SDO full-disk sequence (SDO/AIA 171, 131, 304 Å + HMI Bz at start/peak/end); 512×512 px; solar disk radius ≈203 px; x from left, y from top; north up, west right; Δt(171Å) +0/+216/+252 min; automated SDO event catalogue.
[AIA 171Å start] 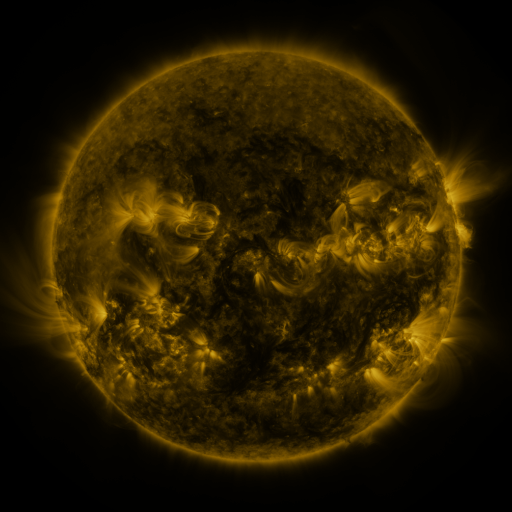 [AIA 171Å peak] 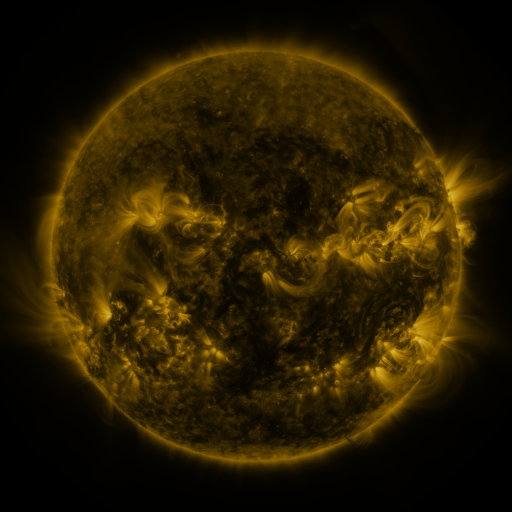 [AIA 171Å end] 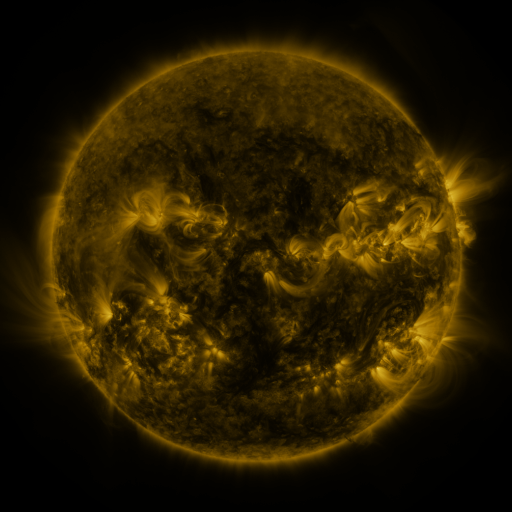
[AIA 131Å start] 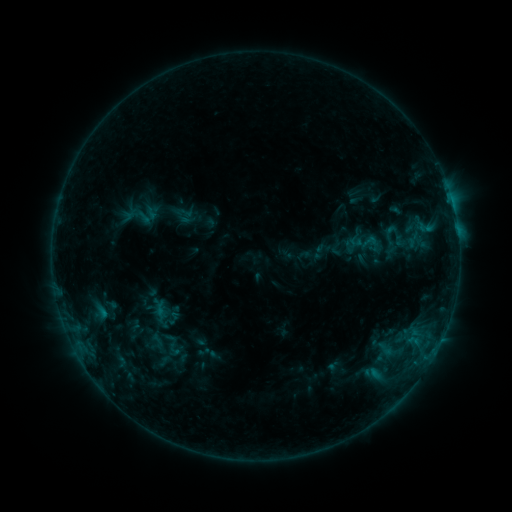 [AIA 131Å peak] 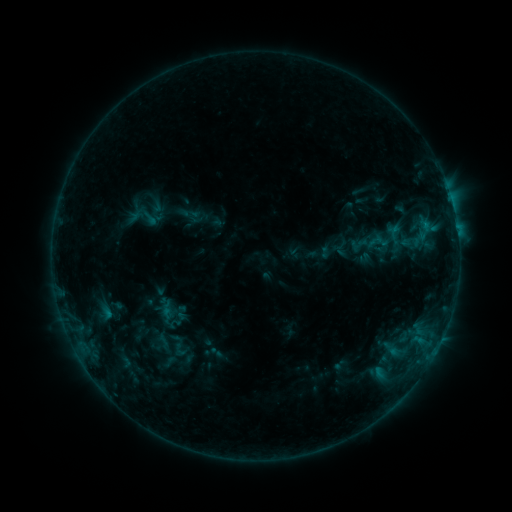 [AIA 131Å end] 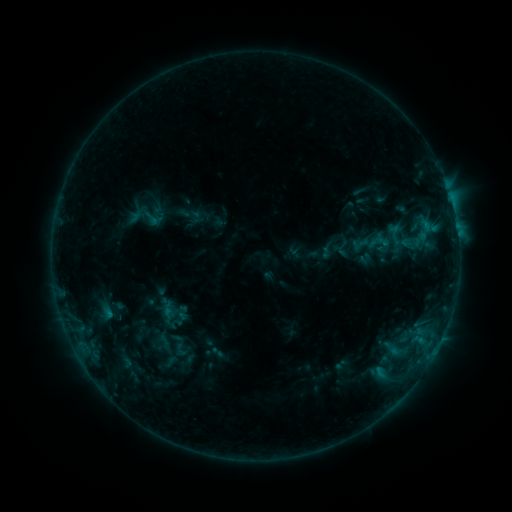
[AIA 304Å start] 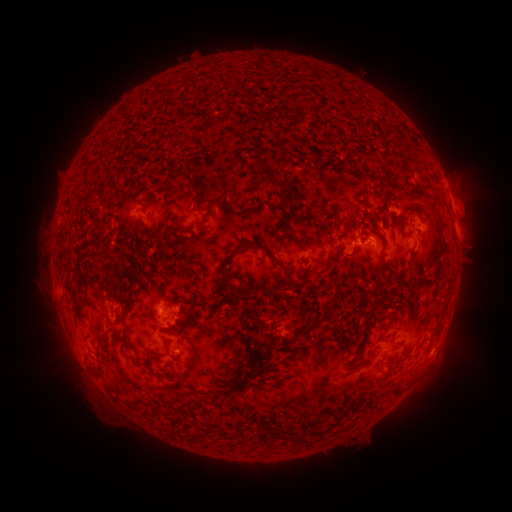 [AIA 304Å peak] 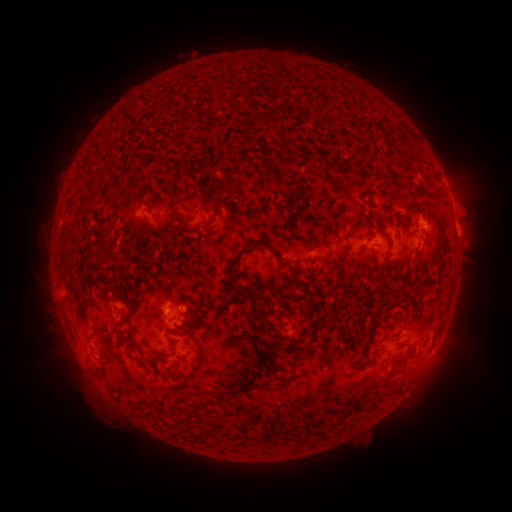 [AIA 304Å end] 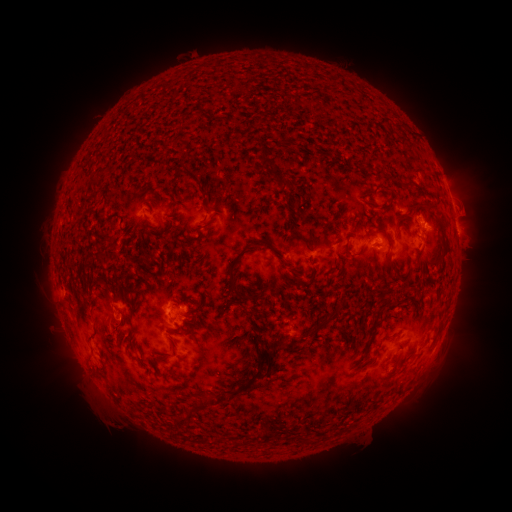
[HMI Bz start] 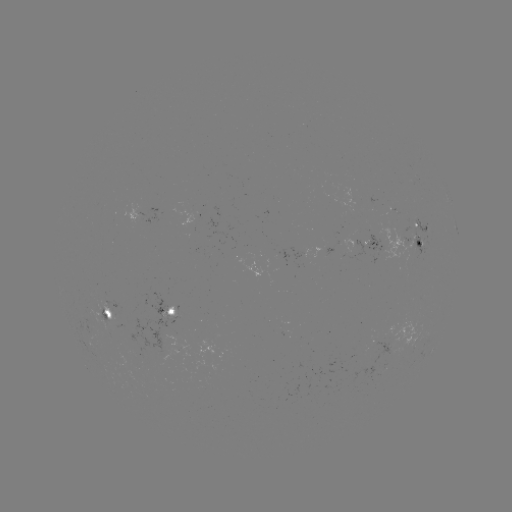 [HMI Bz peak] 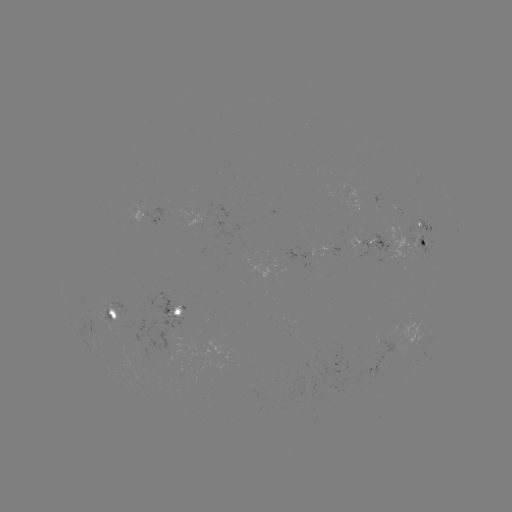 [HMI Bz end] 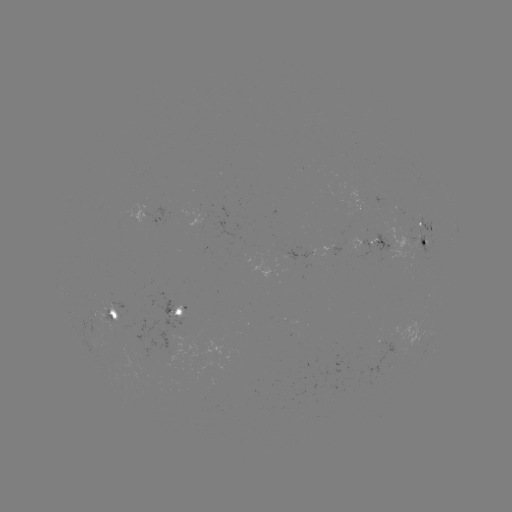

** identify emerging-flux region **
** [380, 248] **